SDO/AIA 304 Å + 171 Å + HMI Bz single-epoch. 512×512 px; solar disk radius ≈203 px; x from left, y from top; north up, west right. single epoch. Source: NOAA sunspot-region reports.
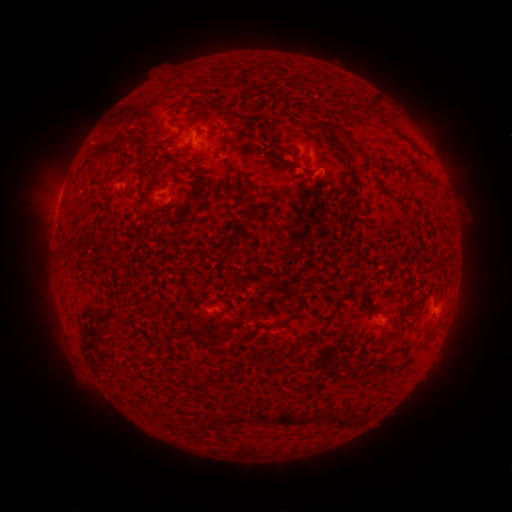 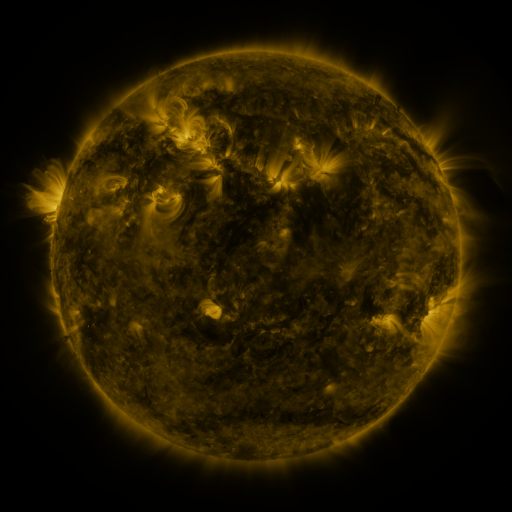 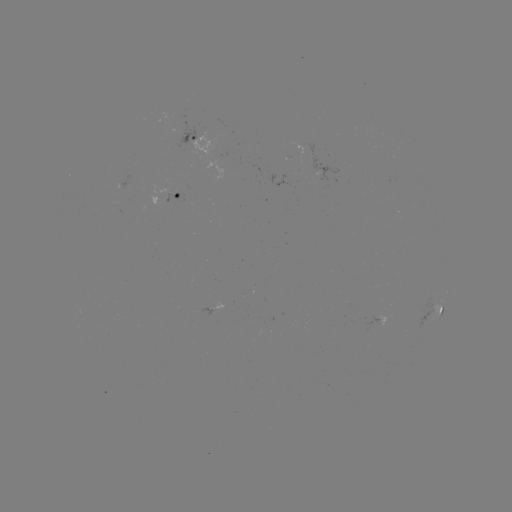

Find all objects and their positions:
spotted active region: (197, 140)
spotted active region: (177, 198)
spotted active region: (435, 309)
